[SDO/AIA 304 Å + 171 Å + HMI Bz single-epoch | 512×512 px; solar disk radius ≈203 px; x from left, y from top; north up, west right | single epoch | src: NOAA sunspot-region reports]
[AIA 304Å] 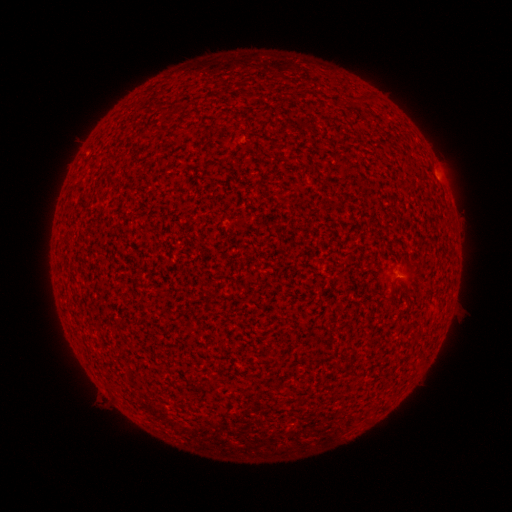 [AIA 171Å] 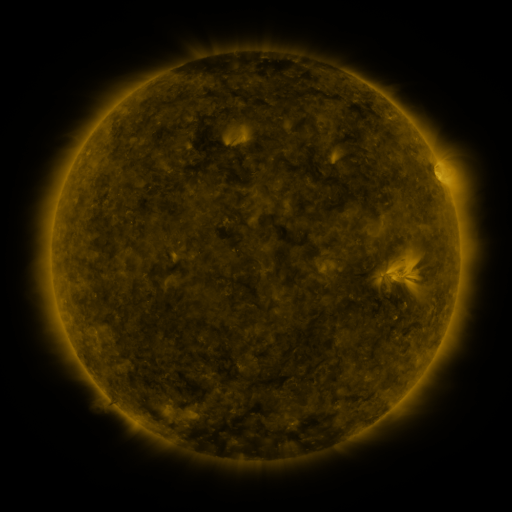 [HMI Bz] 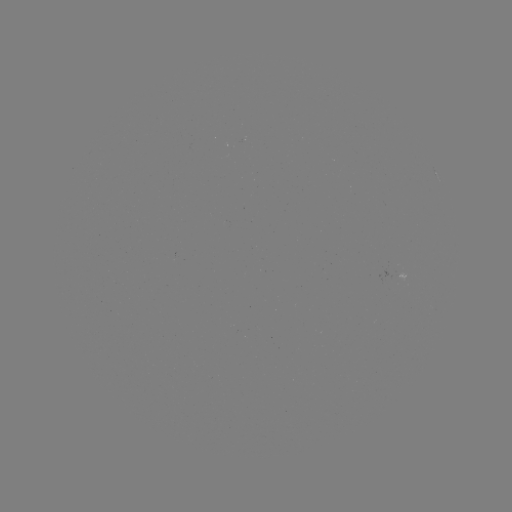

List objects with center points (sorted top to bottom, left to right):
(none)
